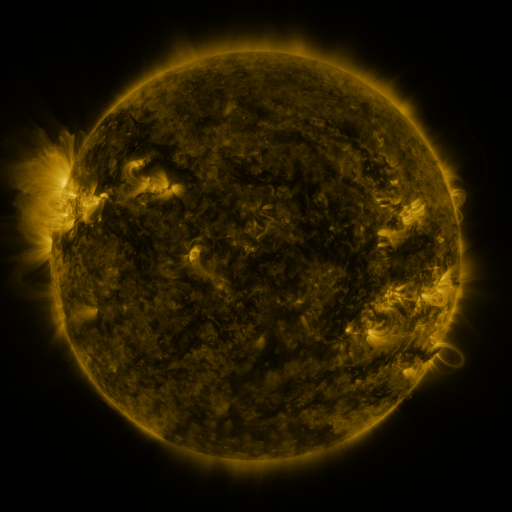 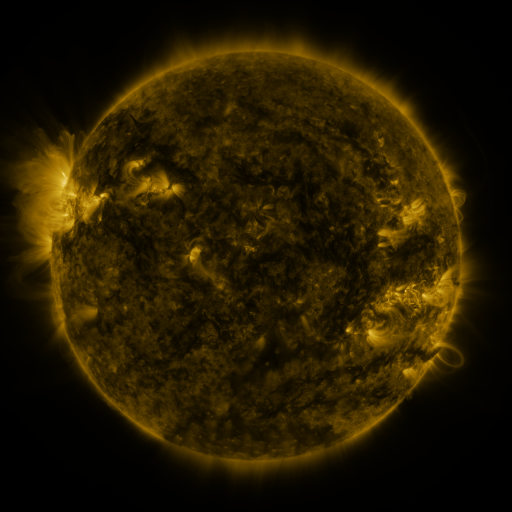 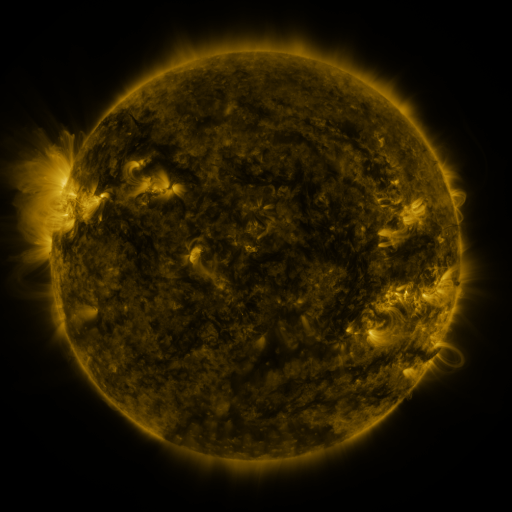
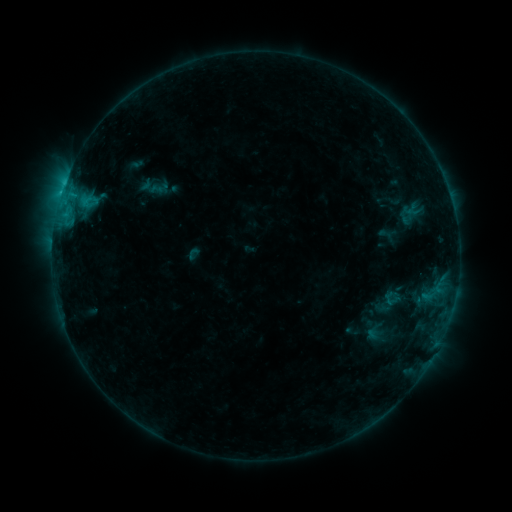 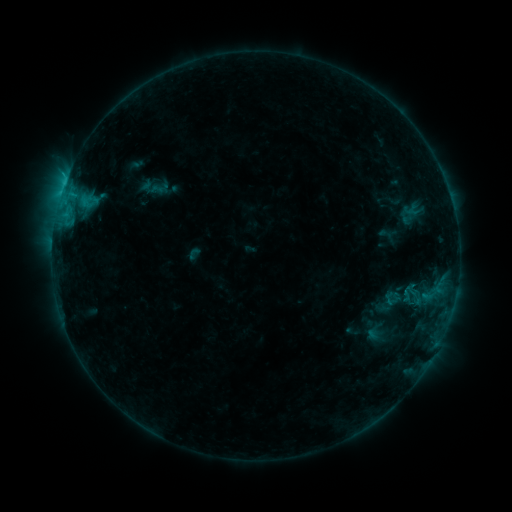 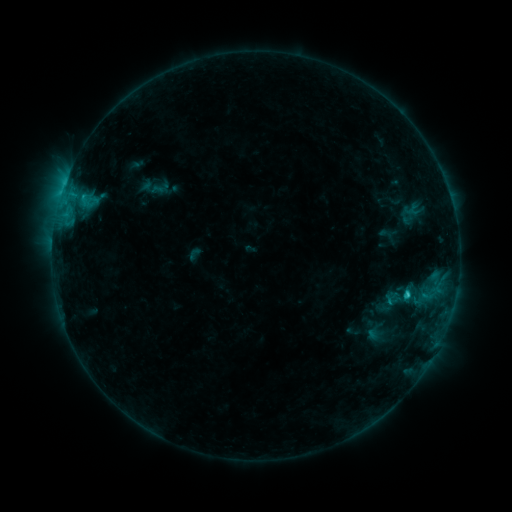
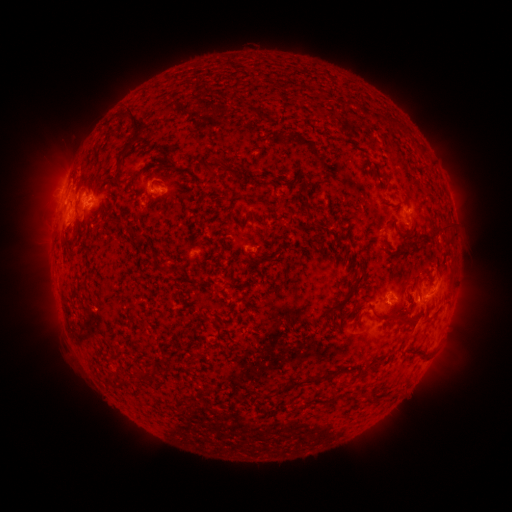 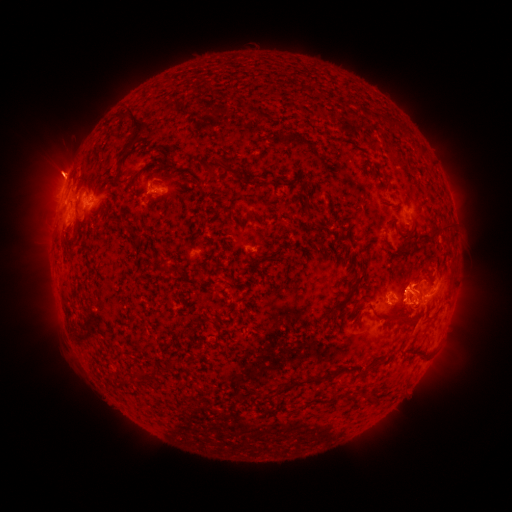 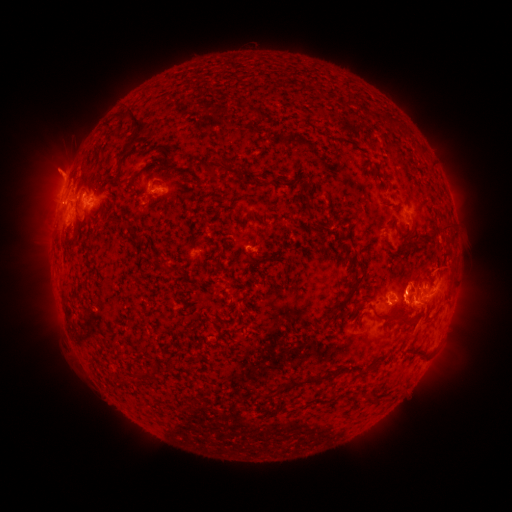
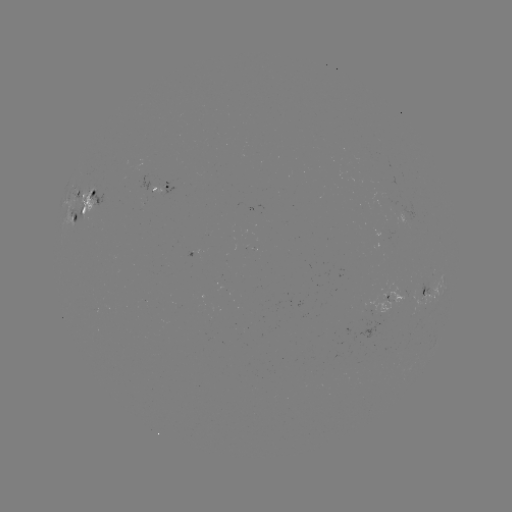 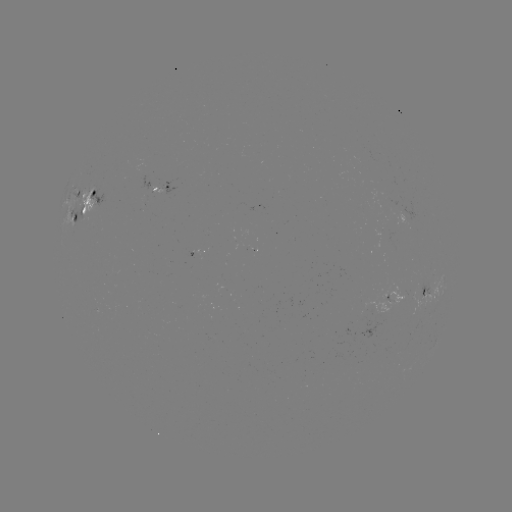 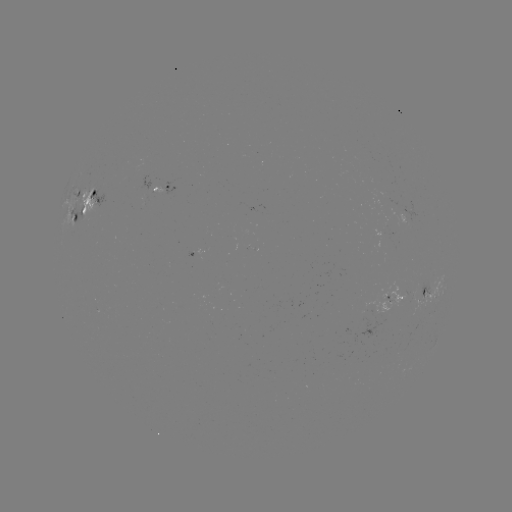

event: eruption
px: (419, 281)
